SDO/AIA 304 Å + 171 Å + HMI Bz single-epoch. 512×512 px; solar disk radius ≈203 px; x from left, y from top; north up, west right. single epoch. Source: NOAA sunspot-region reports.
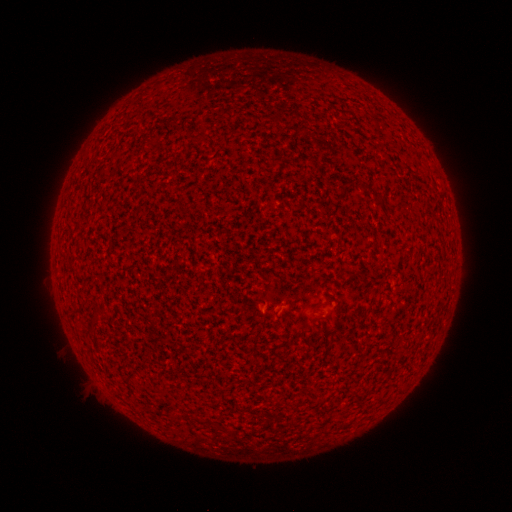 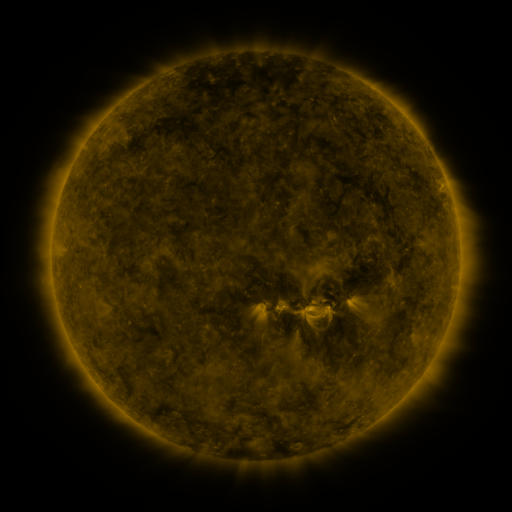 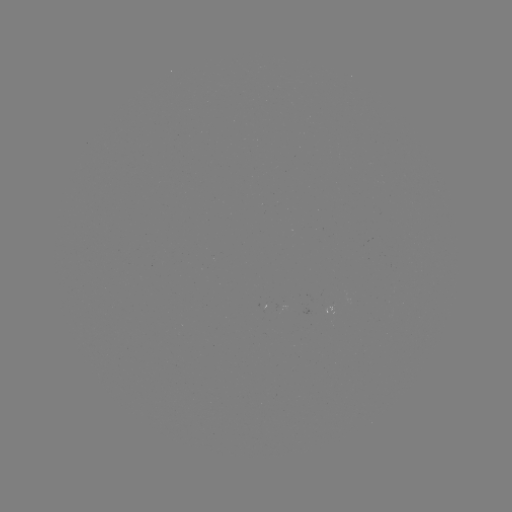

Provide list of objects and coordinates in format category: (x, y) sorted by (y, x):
(none)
